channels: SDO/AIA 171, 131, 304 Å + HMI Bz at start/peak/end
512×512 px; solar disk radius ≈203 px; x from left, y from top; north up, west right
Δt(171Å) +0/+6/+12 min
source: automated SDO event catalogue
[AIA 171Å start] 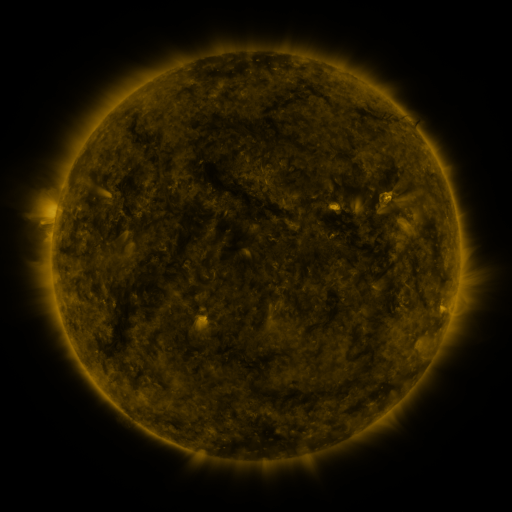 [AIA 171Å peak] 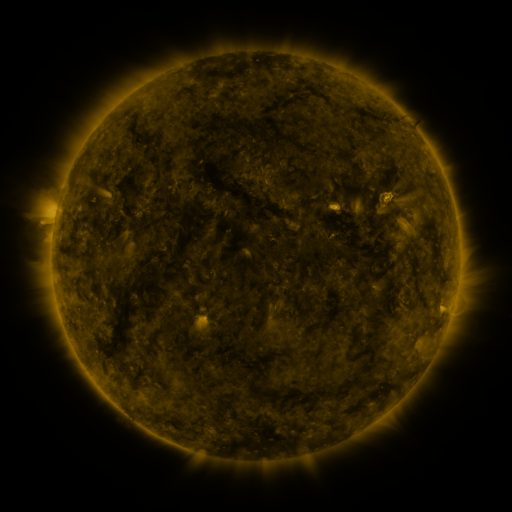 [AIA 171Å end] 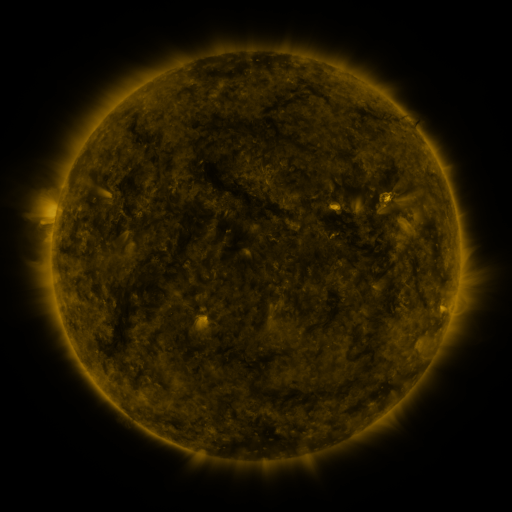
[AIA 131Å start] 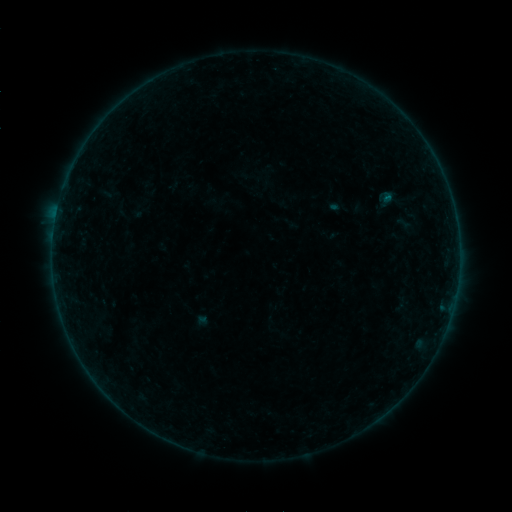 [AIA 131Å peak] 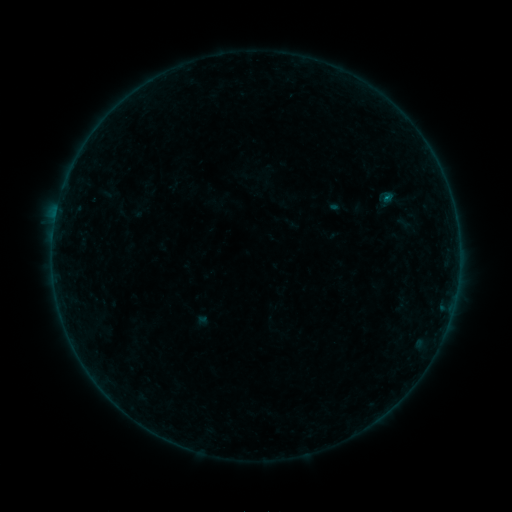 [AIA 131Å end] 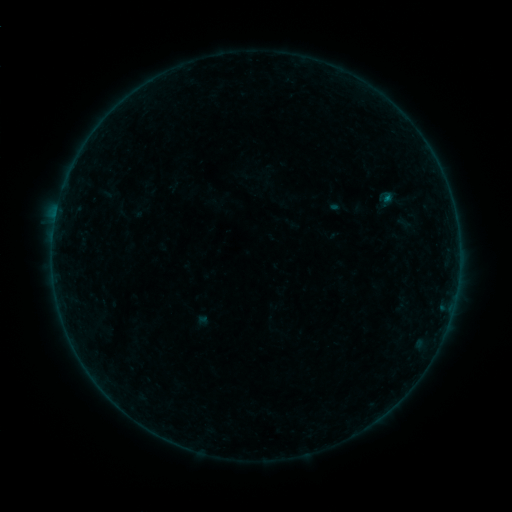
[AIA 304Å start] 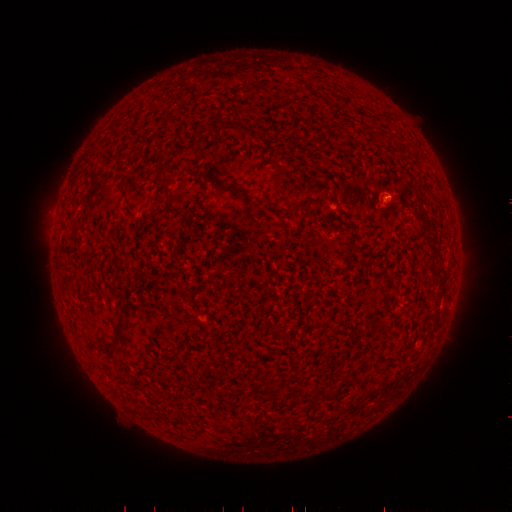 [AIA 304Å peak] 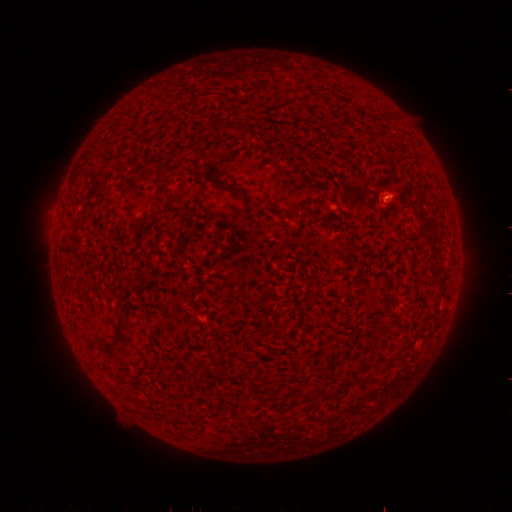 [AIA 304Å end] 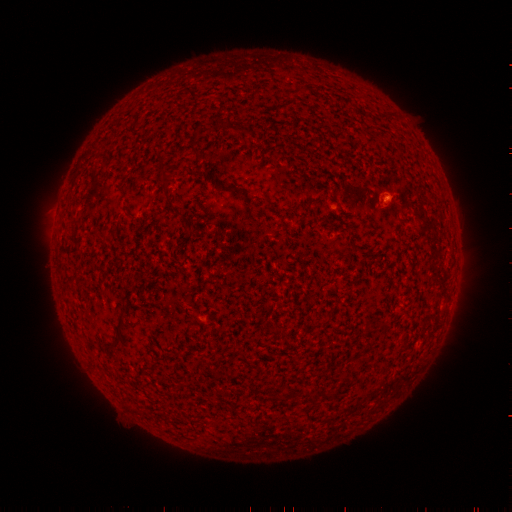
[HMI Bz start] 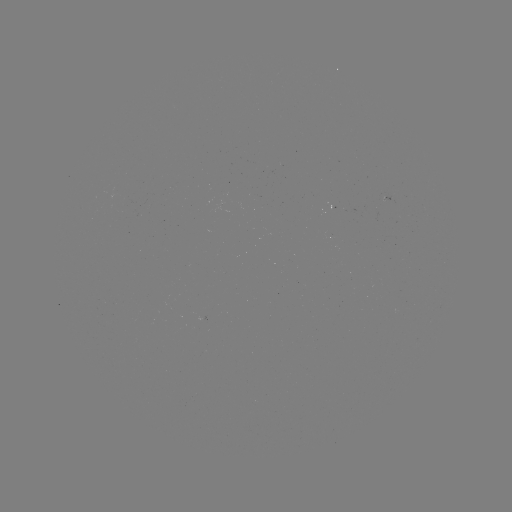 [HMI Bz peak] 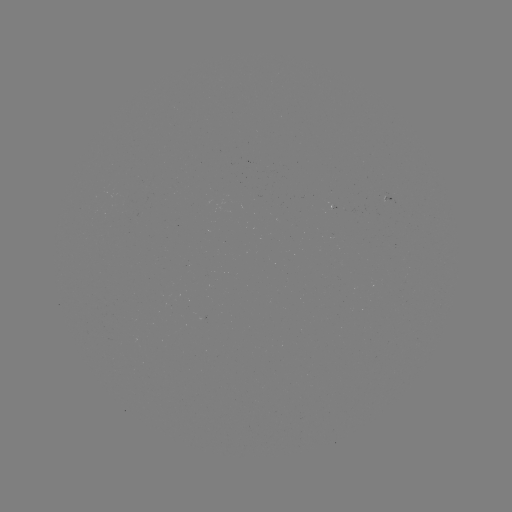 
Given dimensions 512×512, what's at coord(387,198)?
B1.2 flare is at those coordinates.